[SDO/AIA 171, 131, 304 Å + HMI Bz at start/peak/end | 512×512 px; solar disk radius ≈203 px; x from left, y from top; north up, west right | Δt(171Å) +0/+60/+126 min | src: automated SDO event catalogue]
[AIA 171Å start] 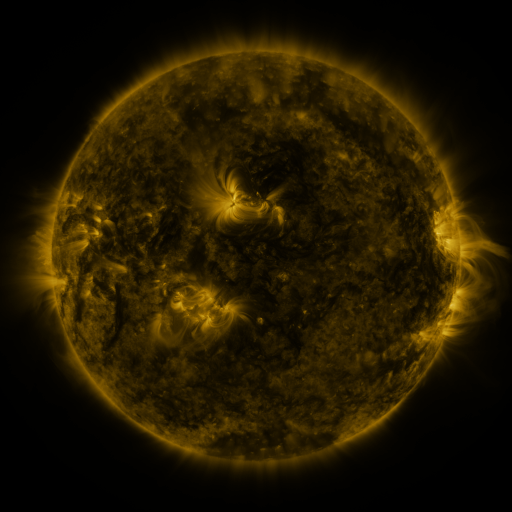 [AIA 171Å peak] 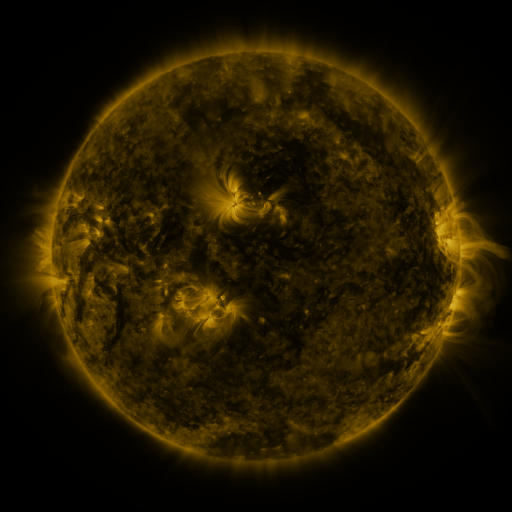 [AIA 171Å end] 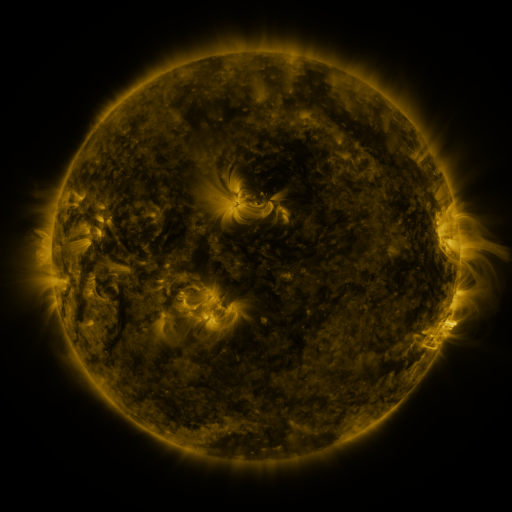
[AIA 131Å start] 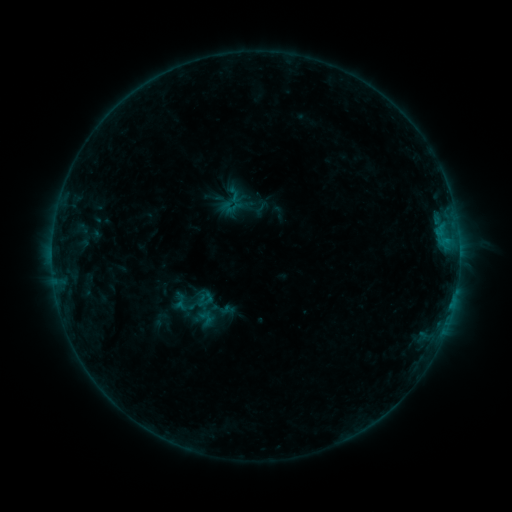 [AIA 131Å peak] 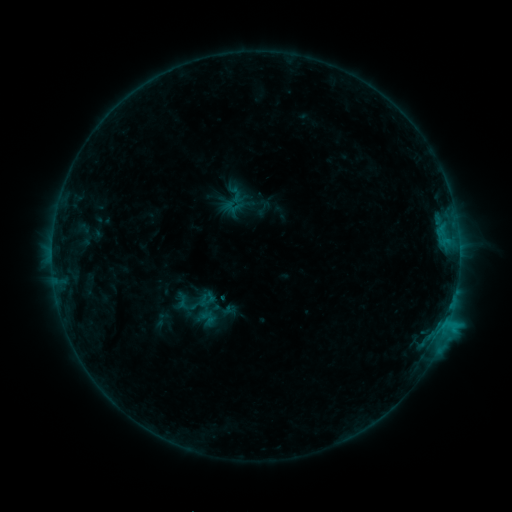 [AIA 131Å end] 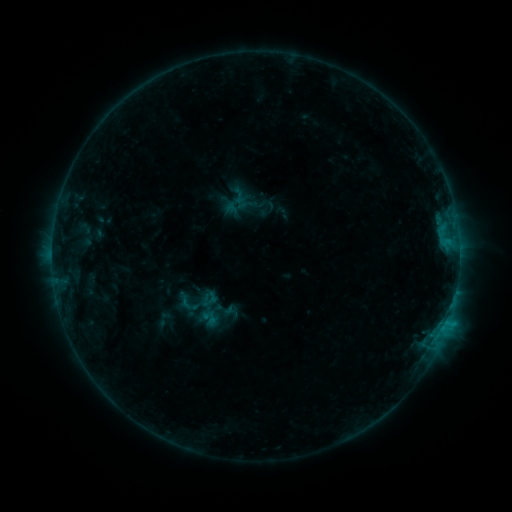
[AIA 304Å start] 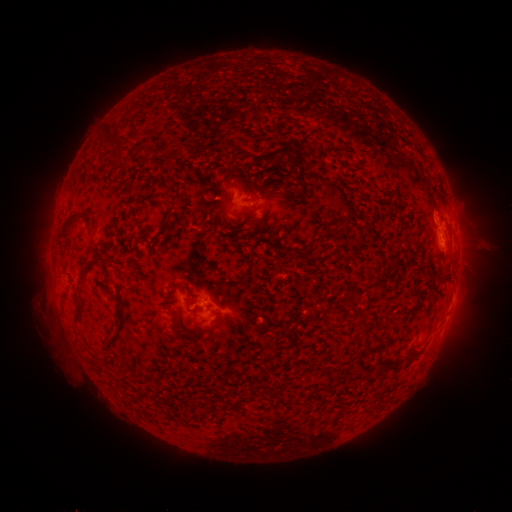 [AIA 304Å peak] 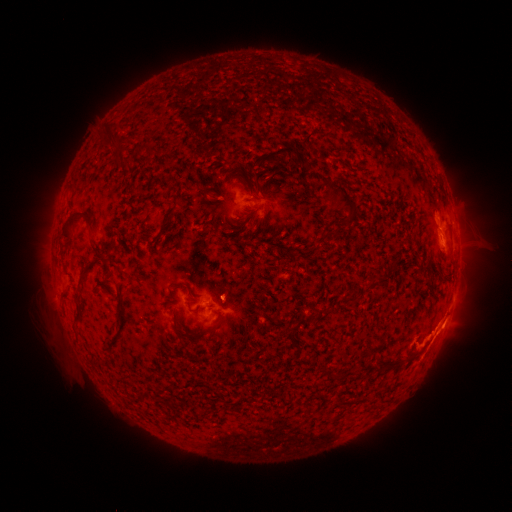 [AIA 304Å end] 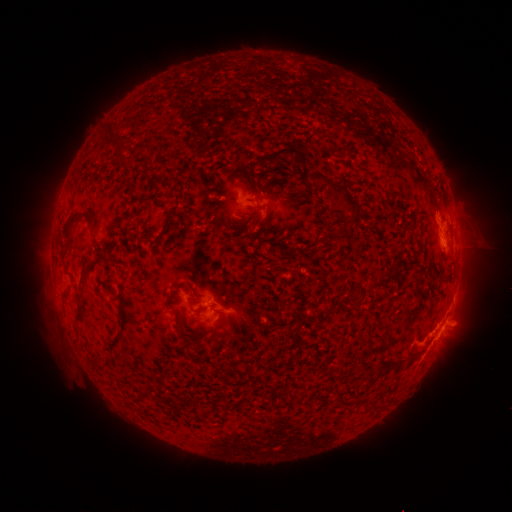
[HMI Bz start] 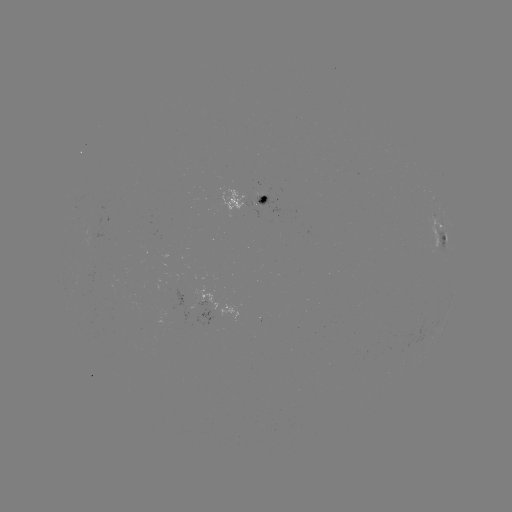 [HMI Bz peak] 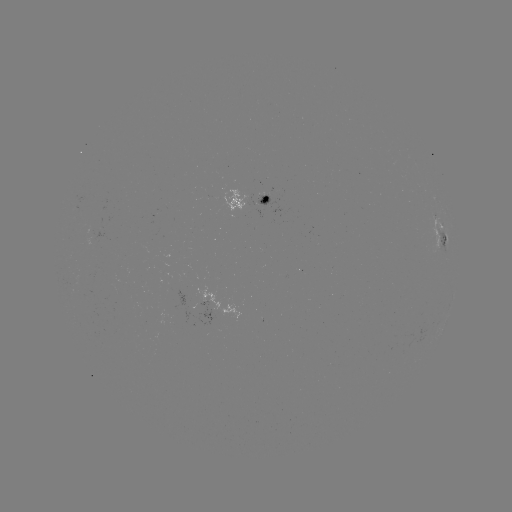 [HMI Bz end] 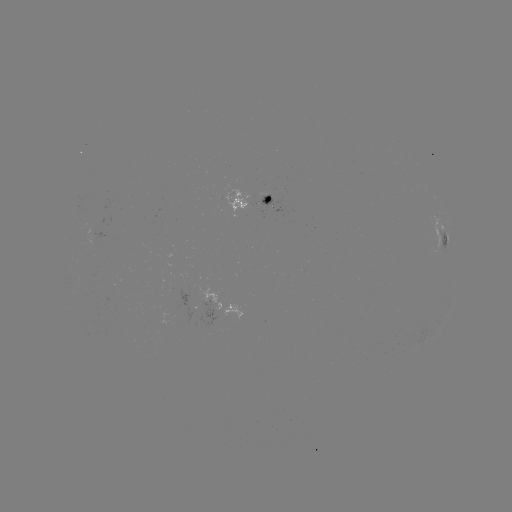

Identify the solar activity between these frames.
C2.0 flare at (445, 322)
